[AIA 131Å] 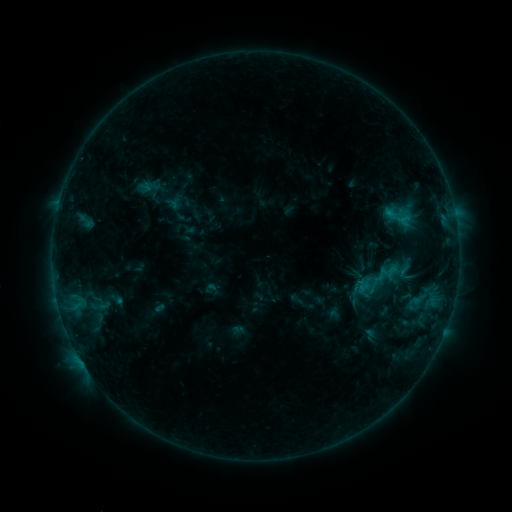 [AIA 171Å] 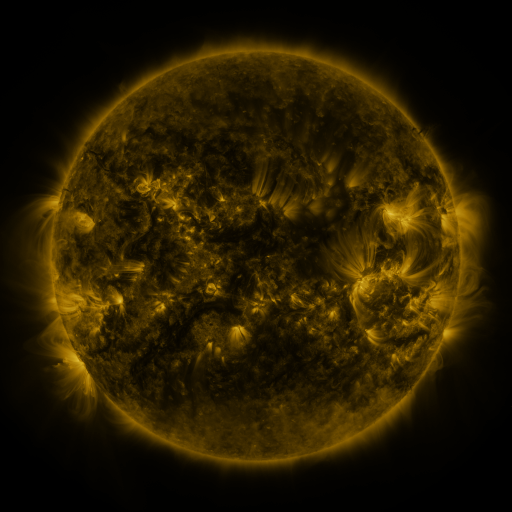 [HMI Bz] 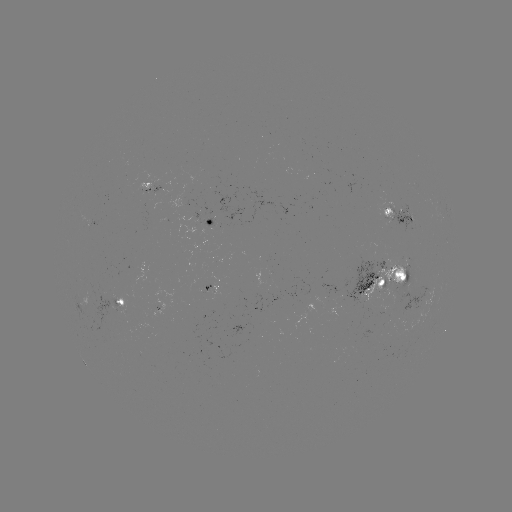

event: sigmoid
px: (384, 275)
